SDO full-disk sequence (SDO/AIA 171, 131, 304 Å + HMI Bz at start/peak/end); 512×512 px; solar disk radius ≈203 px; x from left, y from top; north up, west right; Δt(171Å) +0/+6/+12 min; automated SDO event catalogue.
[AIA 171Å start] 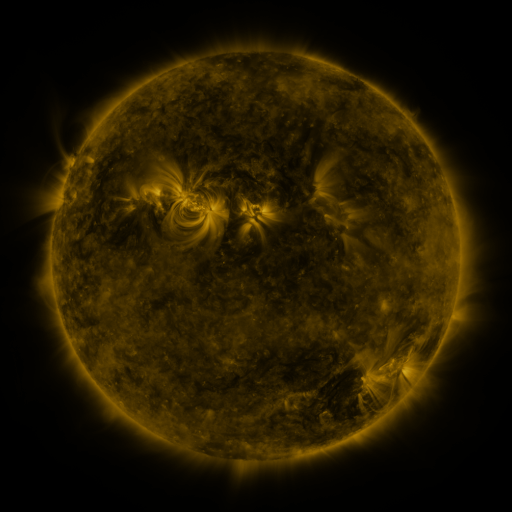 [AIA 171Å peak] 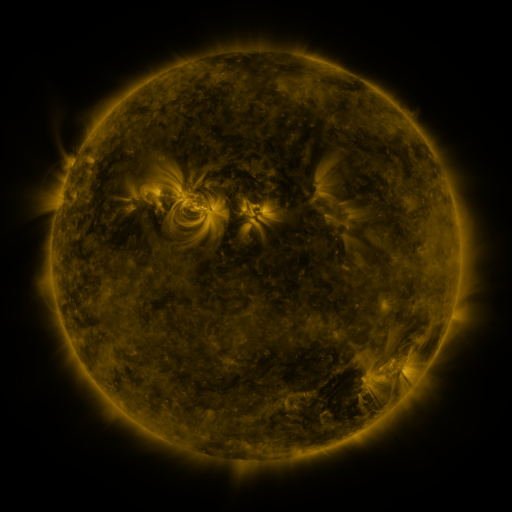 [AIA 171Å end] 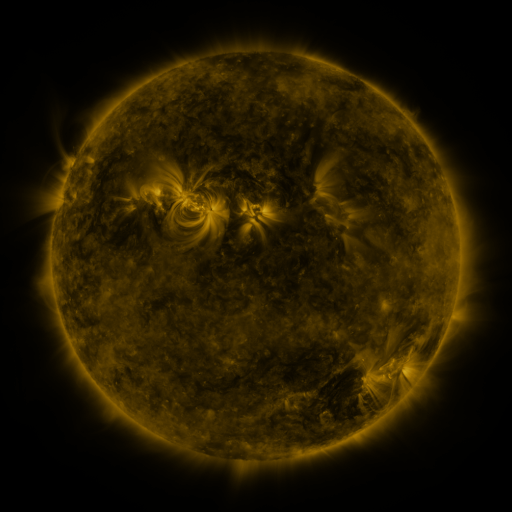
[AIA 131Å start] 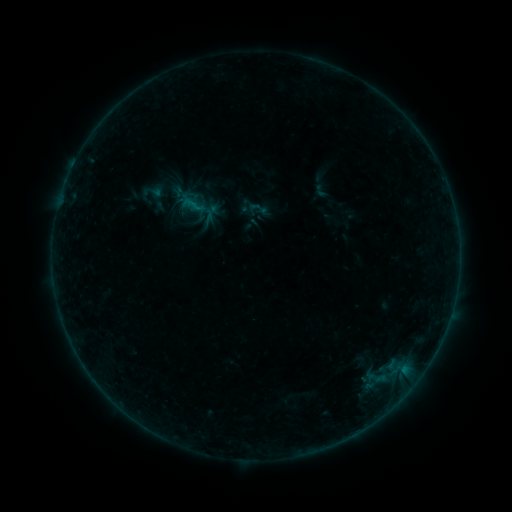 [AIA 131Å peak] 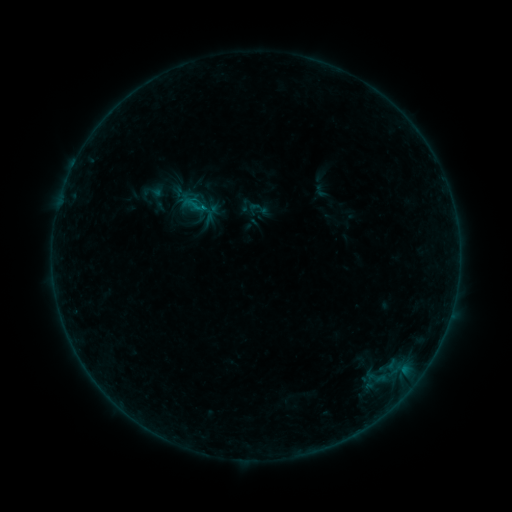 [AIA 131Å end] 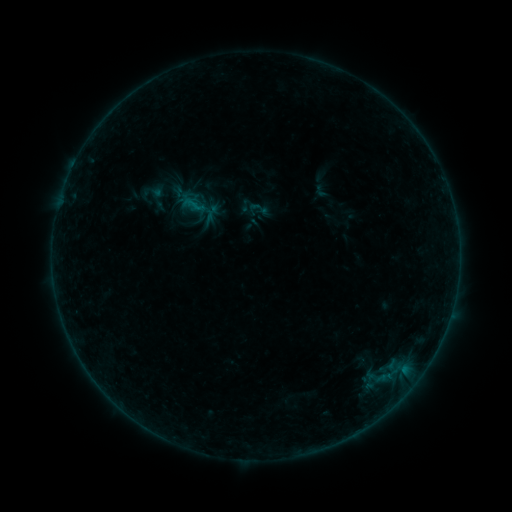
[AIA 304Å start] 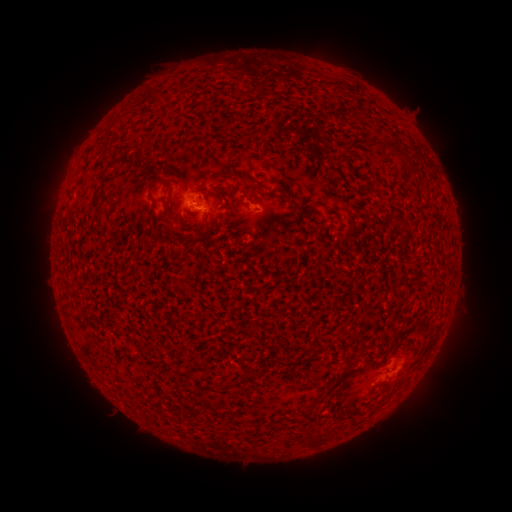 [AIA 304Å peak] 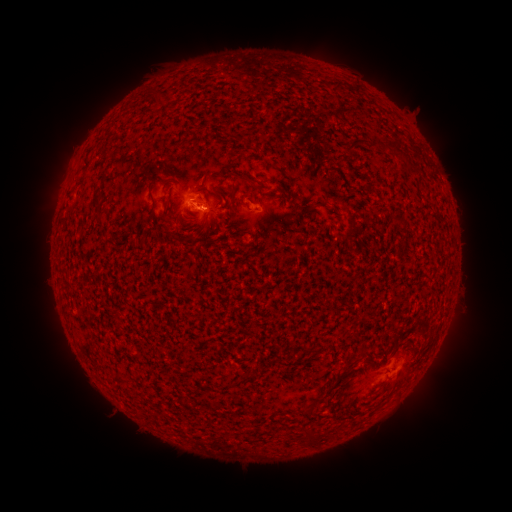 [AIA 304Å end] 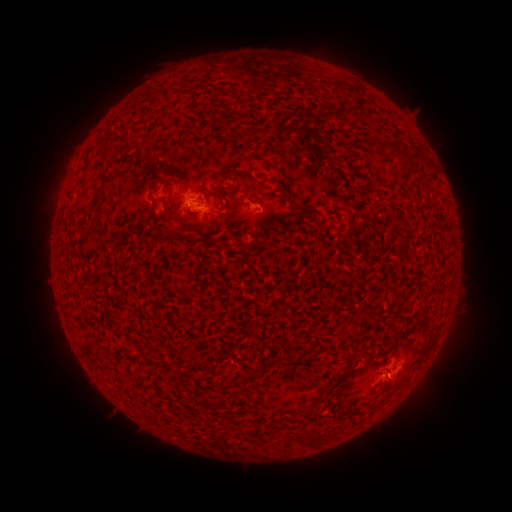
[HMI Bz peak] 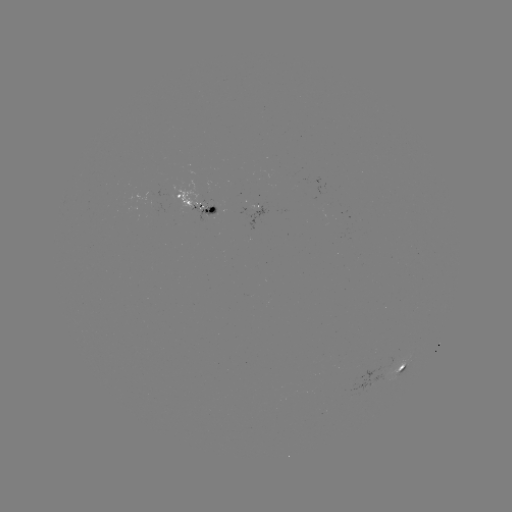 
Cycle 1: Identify B2.2 flare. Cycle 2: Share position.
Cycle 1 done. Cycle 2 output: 196,212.